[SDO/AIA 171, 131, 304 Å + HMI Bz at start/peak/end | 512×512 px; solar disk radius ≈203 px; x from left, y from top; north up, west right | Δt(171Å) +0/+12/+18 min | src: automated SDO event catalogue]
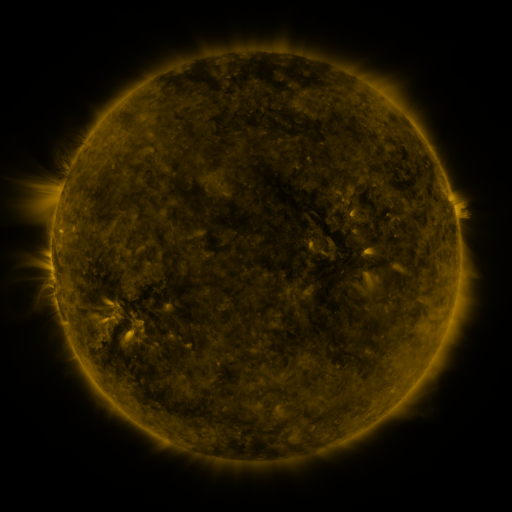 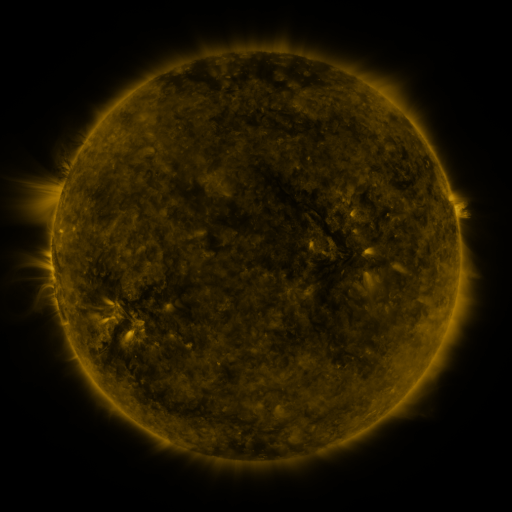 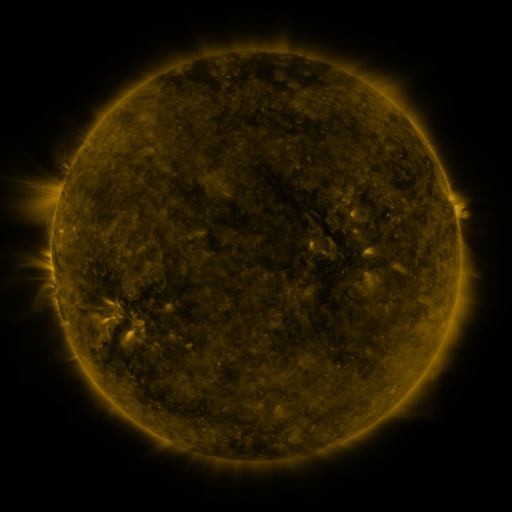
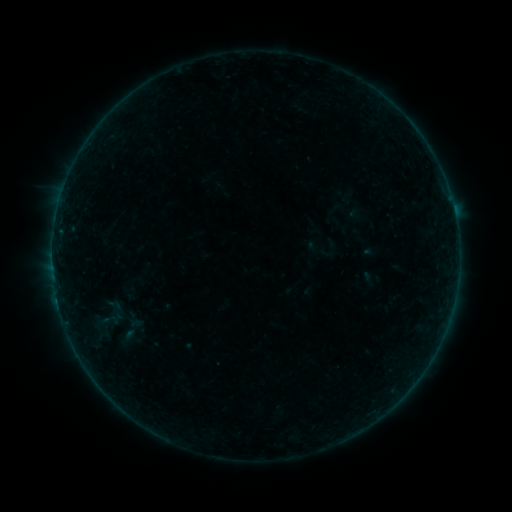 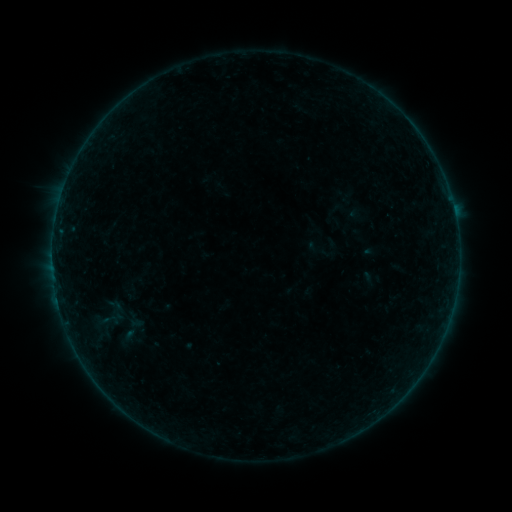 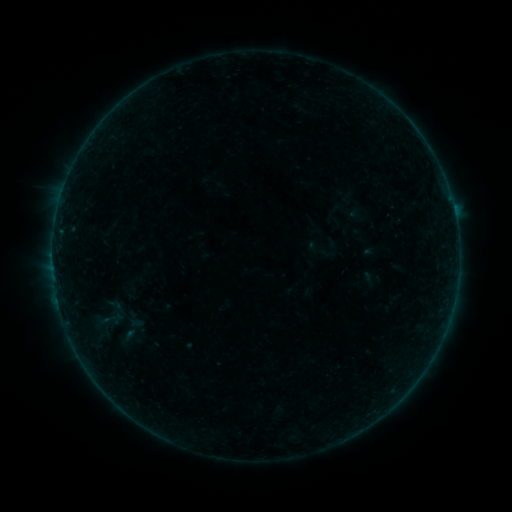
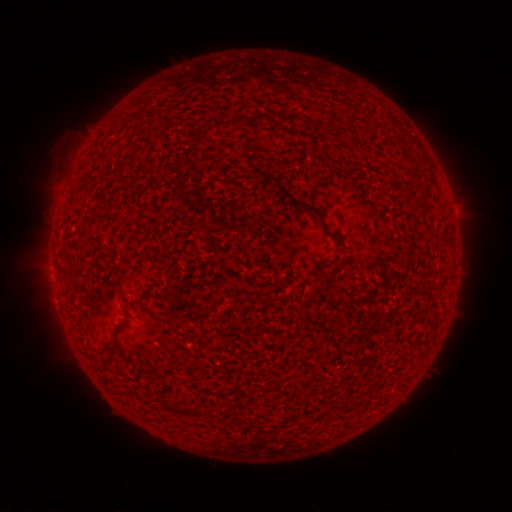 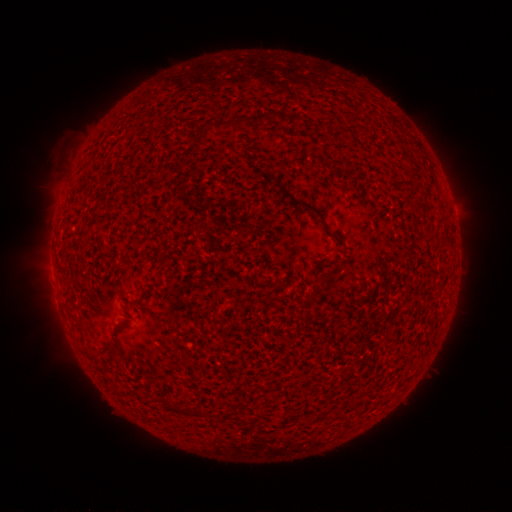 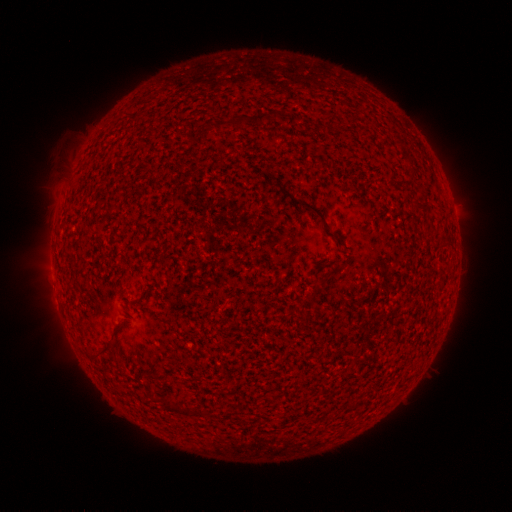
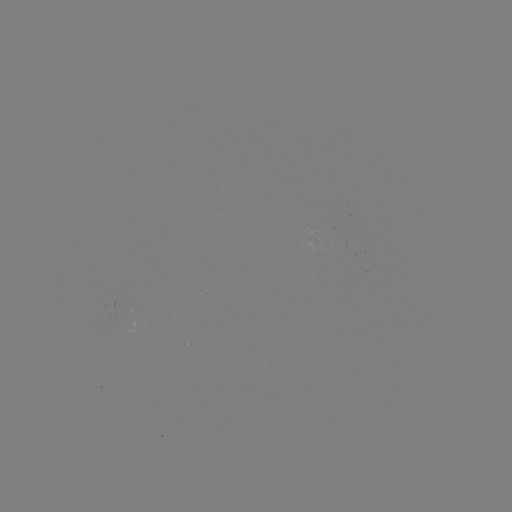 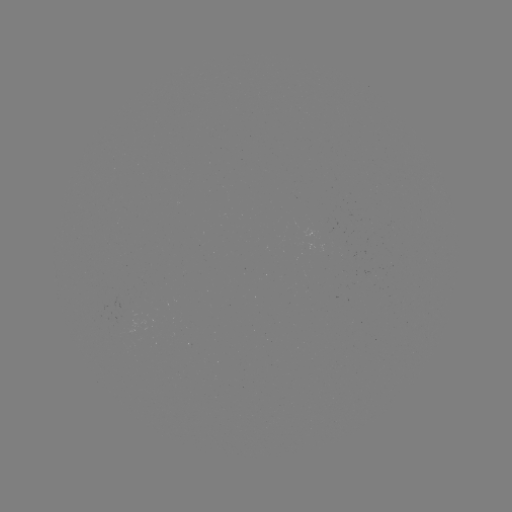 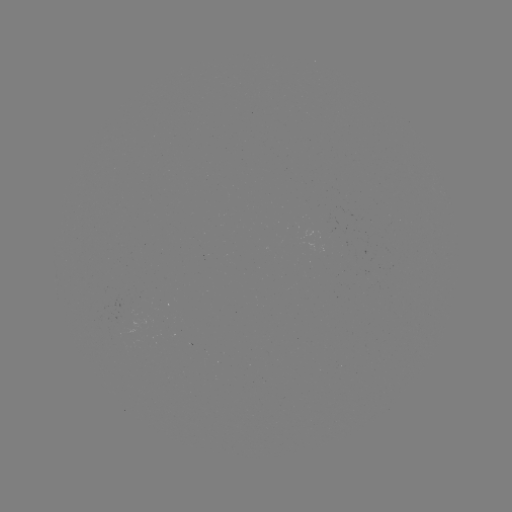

no classed flare was catalogued and no EUV brightening was flagged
